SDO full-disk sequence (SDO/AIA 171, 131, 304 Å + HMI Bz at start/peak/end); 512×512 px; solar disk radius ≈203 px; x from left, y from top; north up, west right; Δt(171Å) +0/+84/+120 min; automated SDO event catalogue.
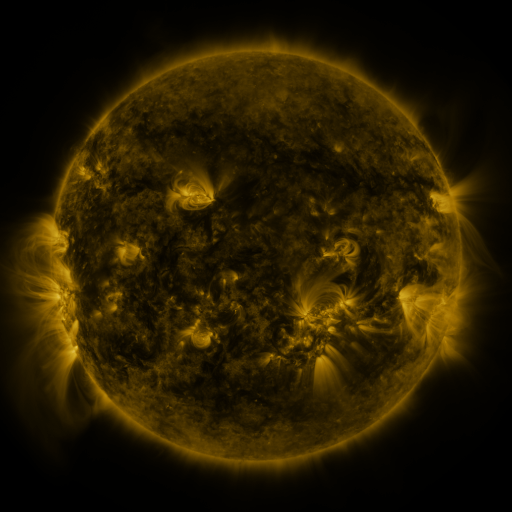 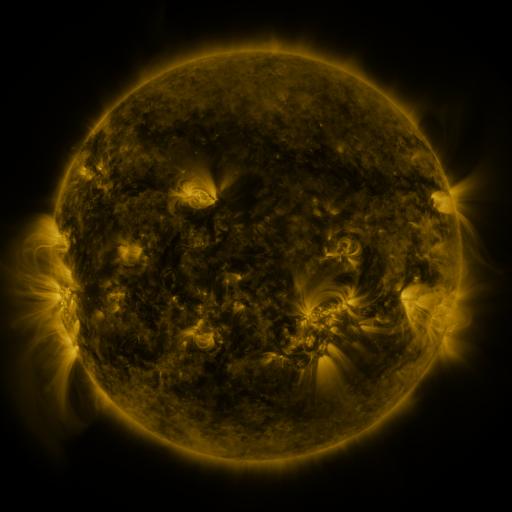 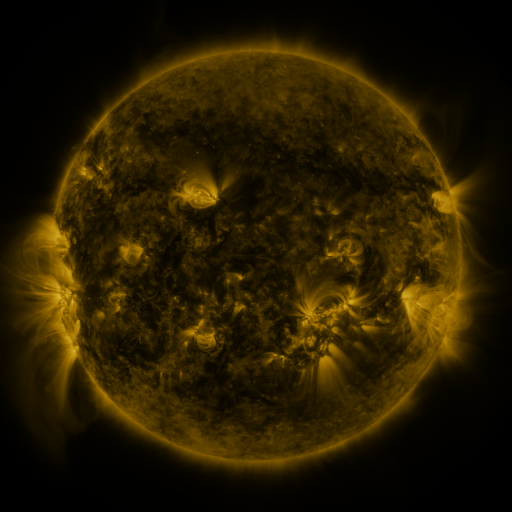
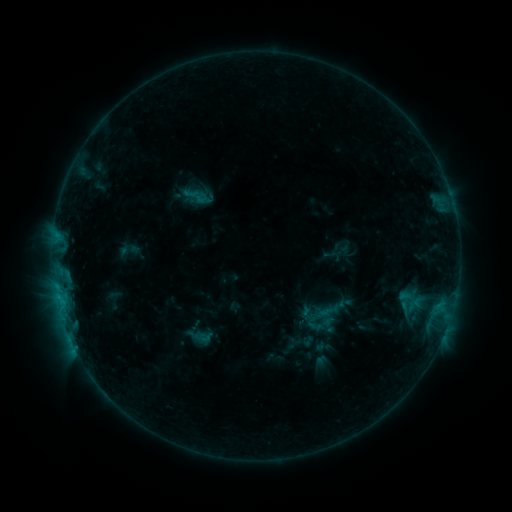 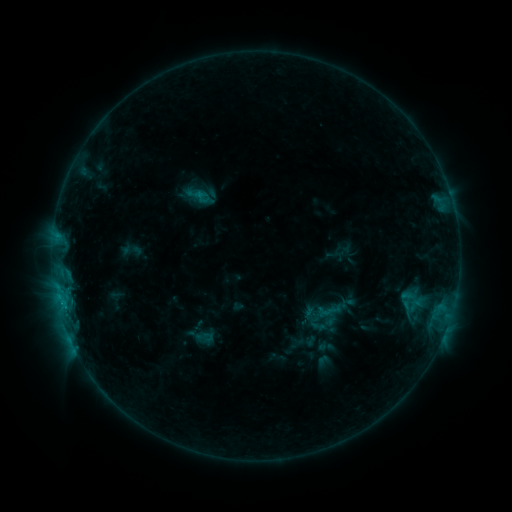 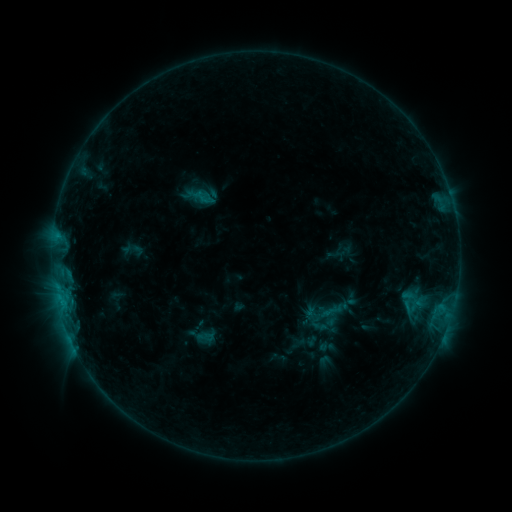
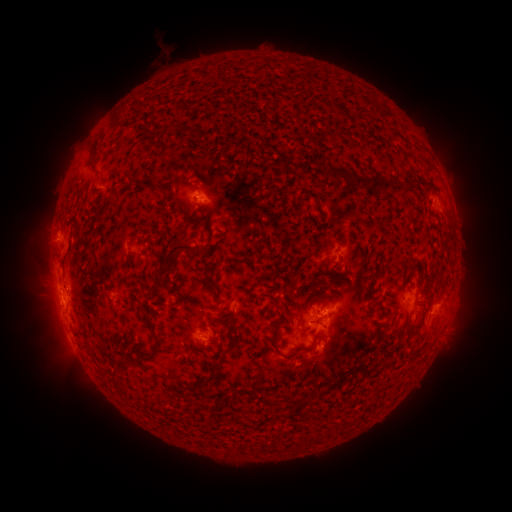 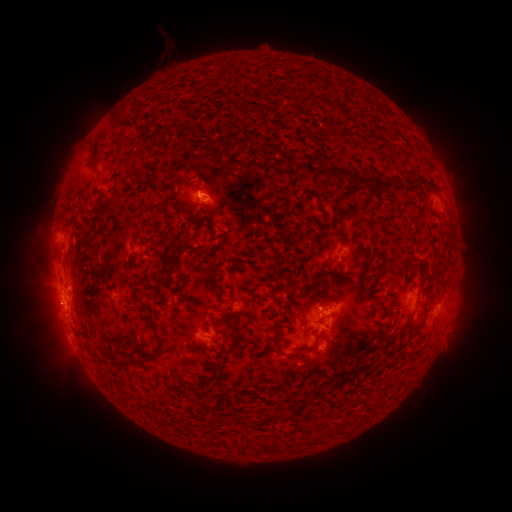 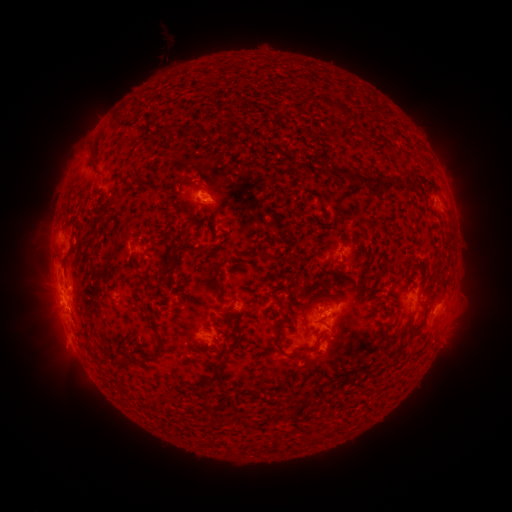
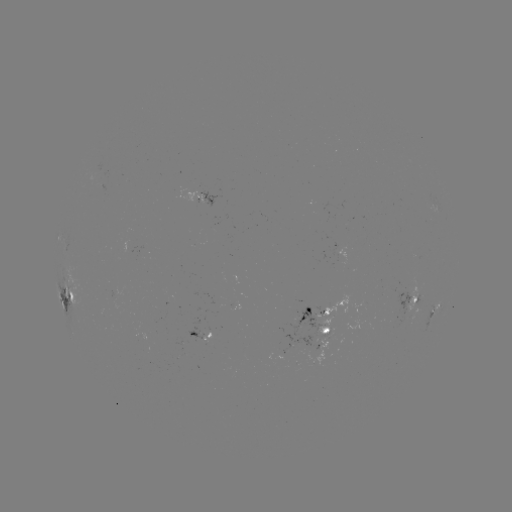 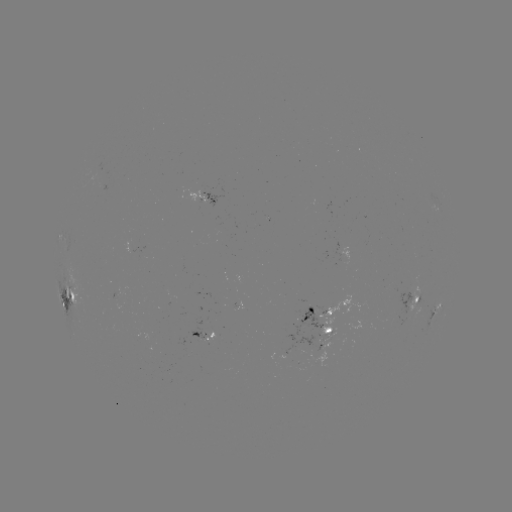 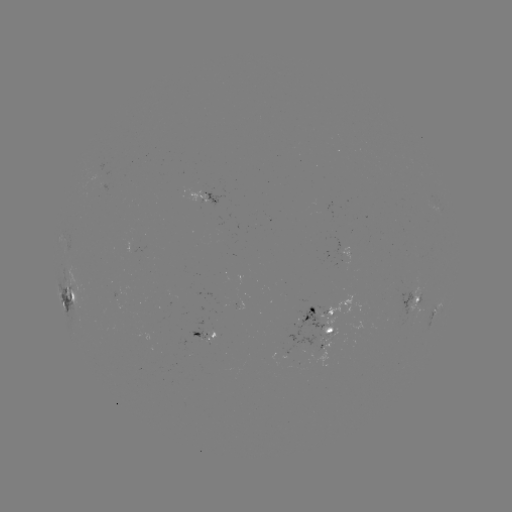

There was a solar emerging-flux region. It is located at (321, 344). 